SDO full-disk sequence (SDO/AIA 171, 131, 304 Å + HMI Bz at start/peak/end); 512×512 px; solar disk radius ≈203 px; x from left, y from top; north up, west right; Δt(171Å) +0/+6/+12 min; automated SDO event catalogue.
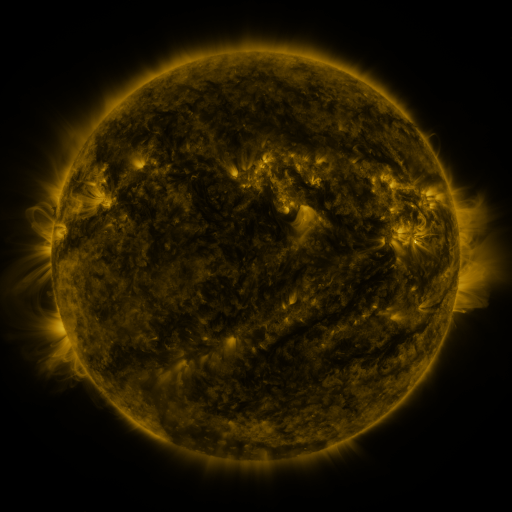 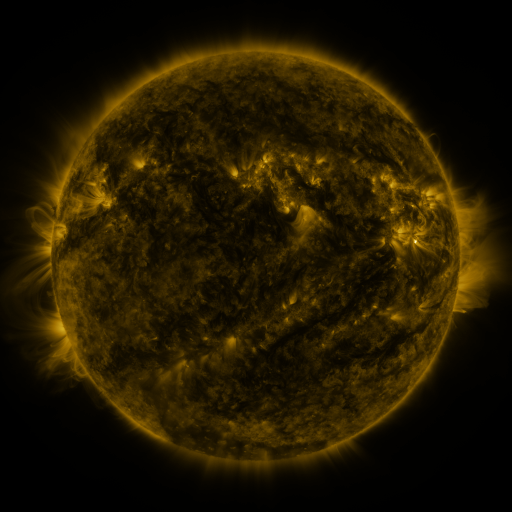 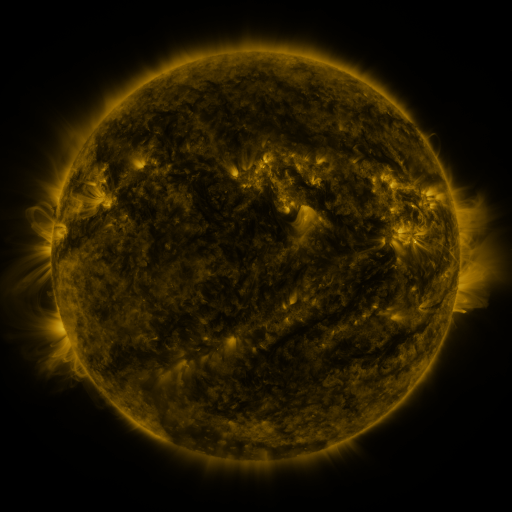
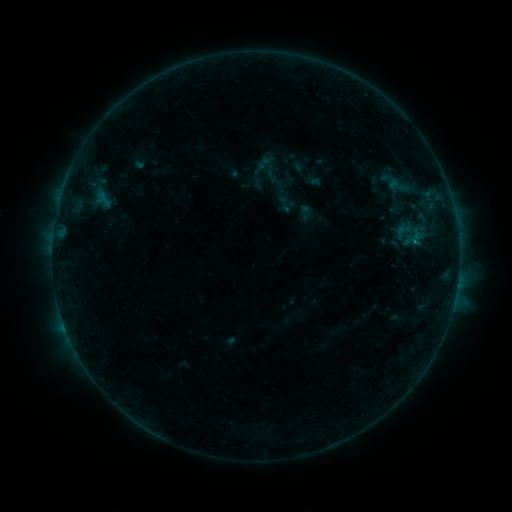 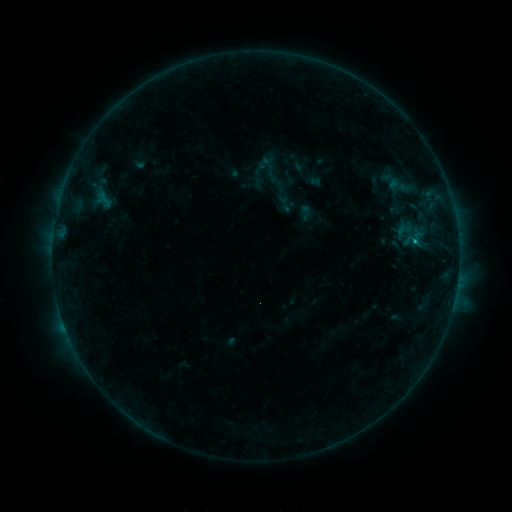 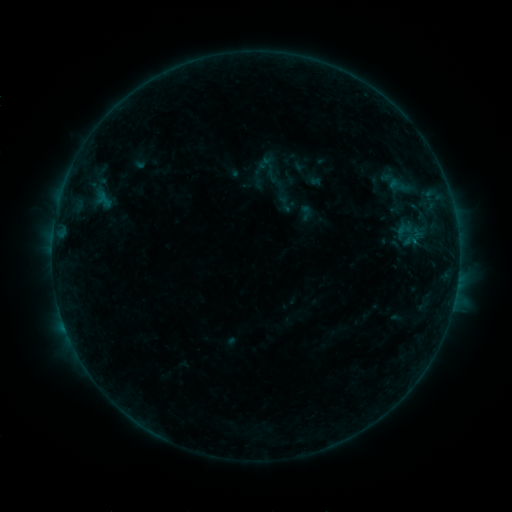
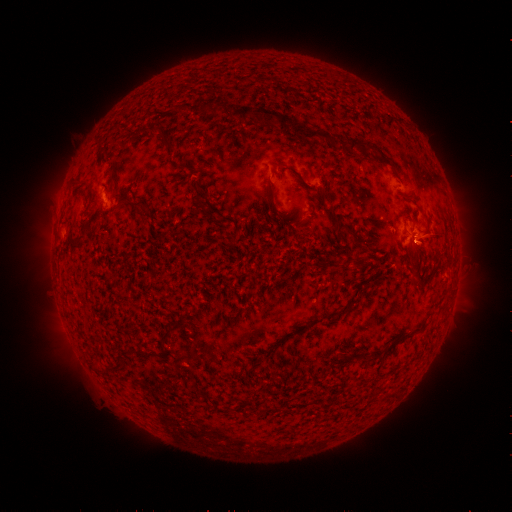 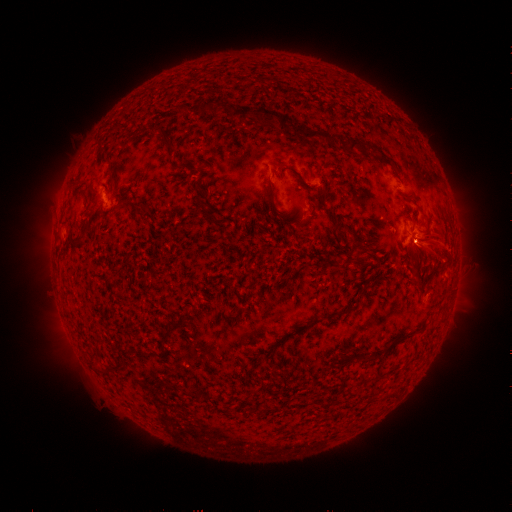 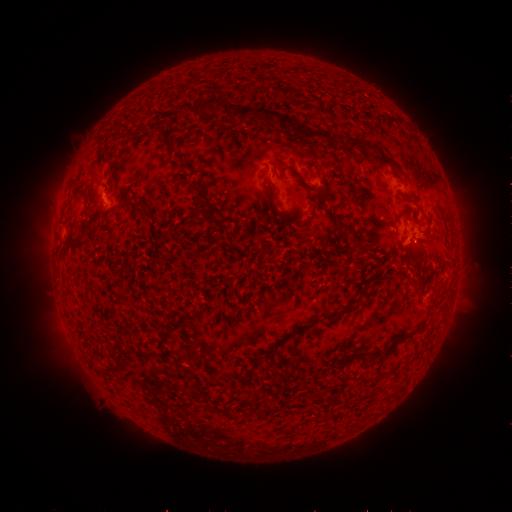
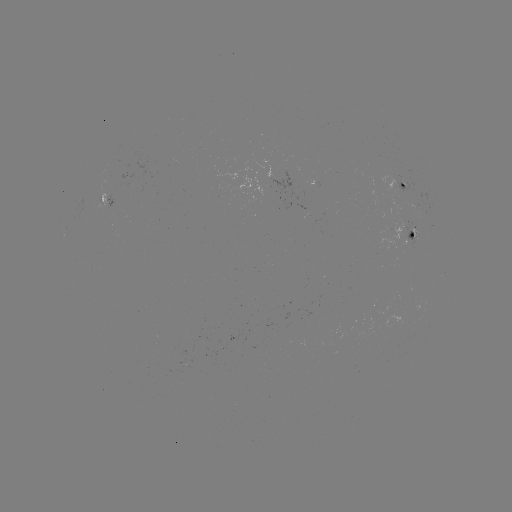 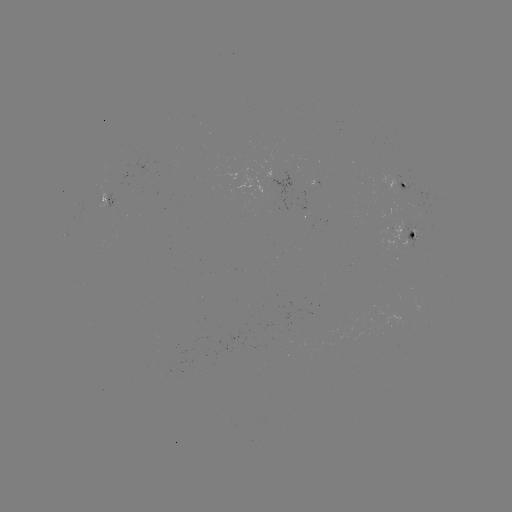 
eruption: <bbox>369, 193, 469, 308</bbox>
